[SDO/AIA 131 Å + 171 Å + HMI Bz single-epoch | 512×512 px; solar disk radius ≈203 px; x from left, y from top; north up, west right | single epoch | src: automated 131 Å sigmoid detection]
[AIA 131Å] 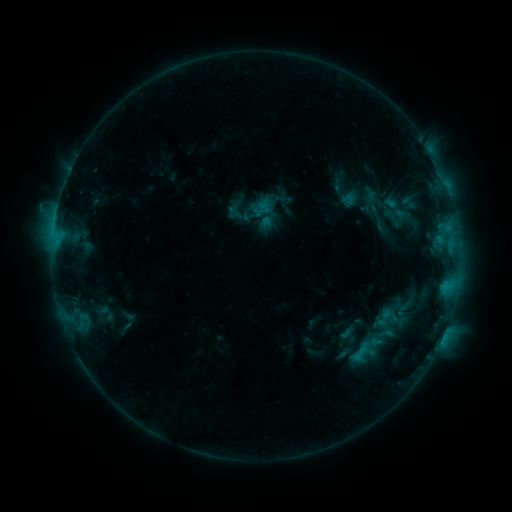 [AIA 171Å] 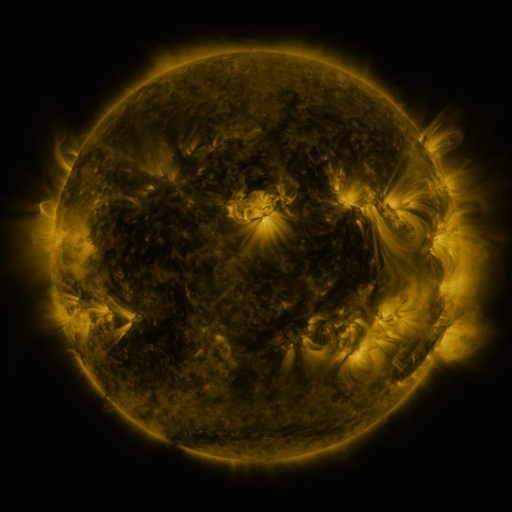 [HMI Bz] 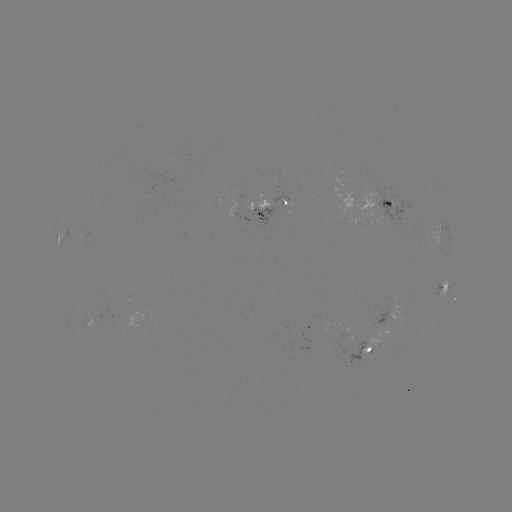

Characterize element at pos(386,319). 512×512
sigmoid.